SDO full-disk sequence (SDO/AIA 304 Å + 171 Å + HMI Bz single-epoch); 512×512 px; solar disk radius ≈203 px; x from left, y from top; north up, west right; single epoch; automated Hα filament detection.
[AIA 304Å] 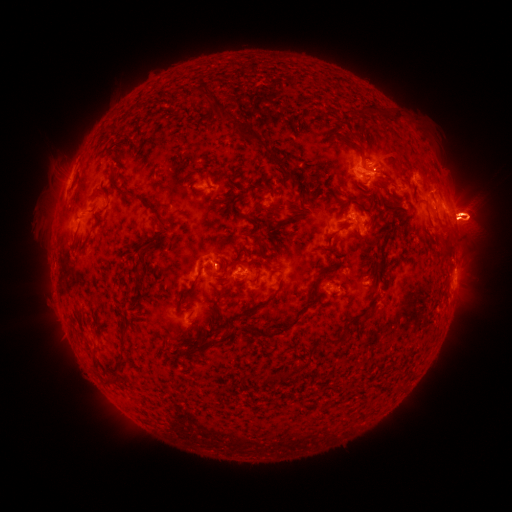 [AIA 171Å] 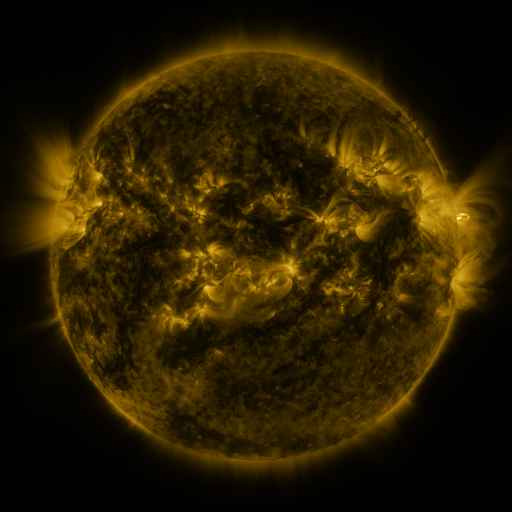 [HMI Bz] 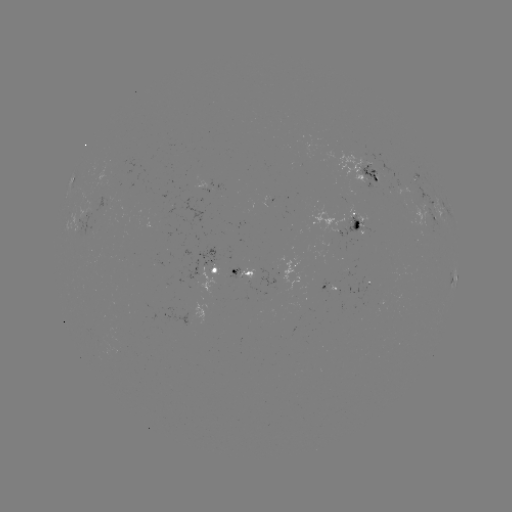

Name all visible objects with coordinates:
filament: (196, 94)
filament: (371, 109)
filament: (237, 122)
filament: (360, 151)
filament: (289, 179)
filament: (117, 187)
filament: (269, 188)
filament: (301, 204)
filament: (152, 209)
filament: (275, 211)
filament: (243, 216)
filament: (199, 273)
filament: (223, 273)
filament: (257, 278)
filament: (319, 278)
filament: (138, 280)
filament: (219, 293)
filament: (258, 305)
filament: (284, 329)
filament: (330, 342)
filament: (301, 367)
filament: (268, 377)
filament: (112, 378)
